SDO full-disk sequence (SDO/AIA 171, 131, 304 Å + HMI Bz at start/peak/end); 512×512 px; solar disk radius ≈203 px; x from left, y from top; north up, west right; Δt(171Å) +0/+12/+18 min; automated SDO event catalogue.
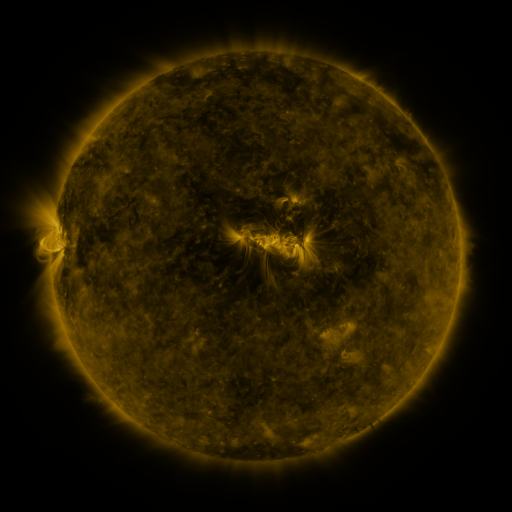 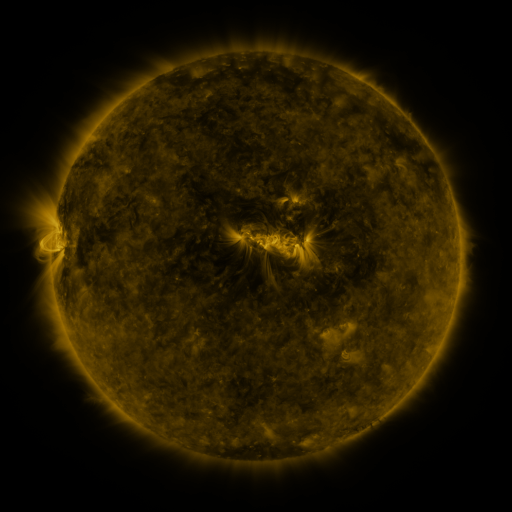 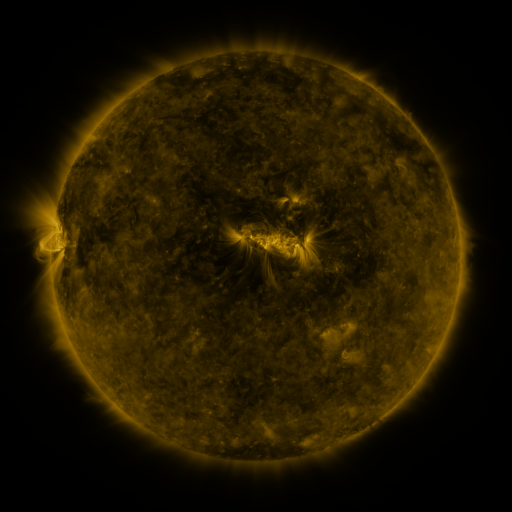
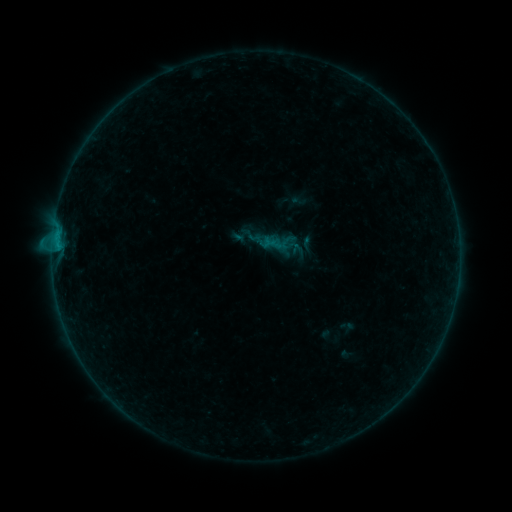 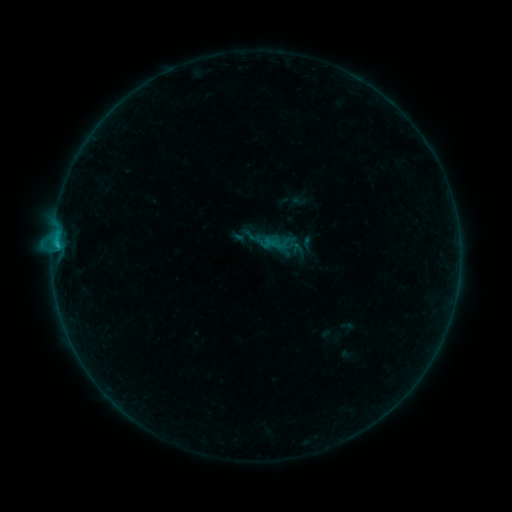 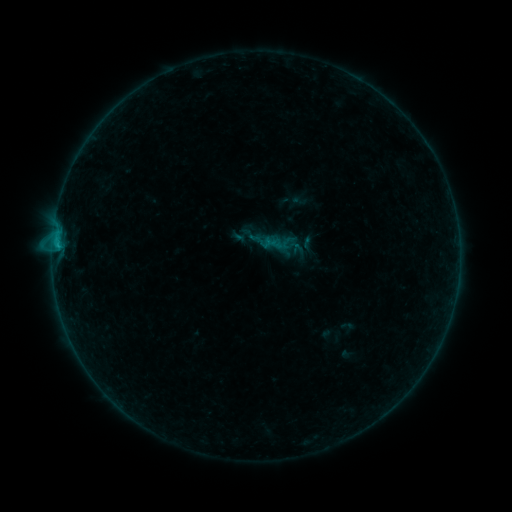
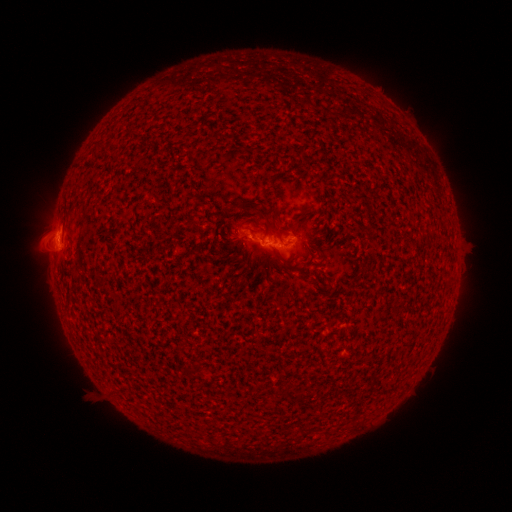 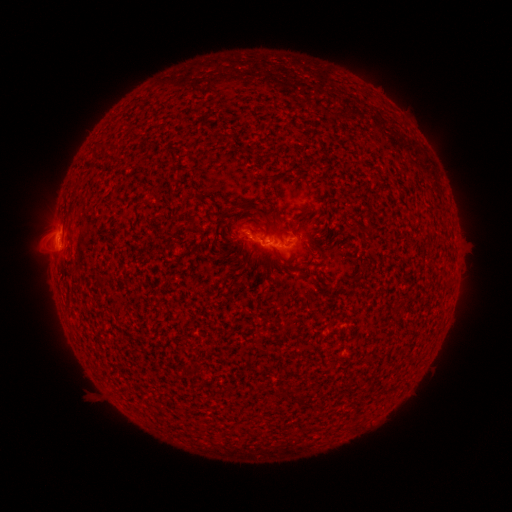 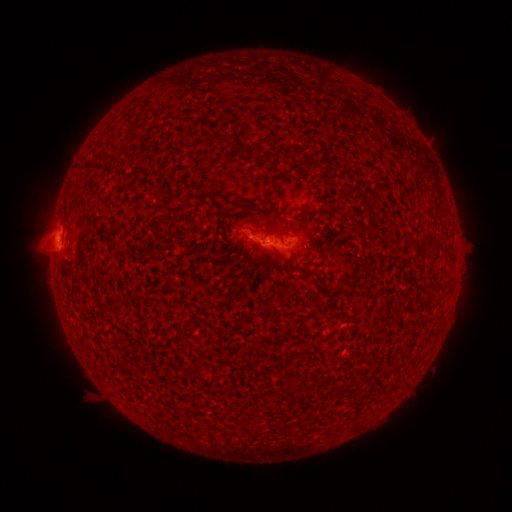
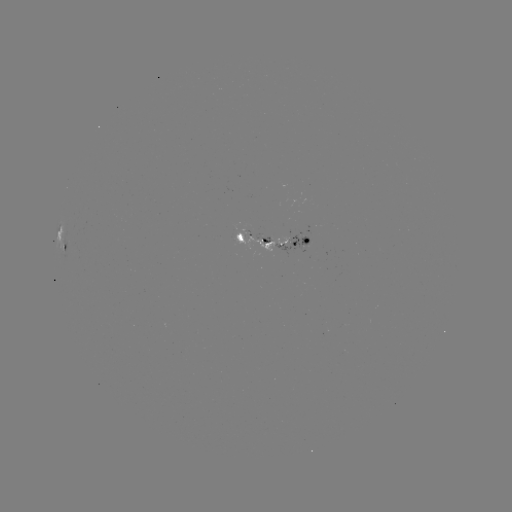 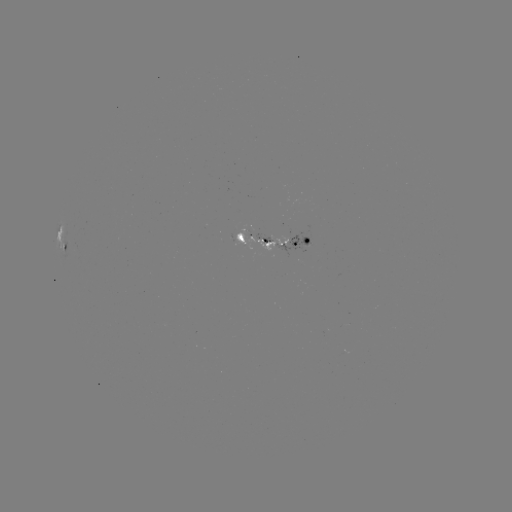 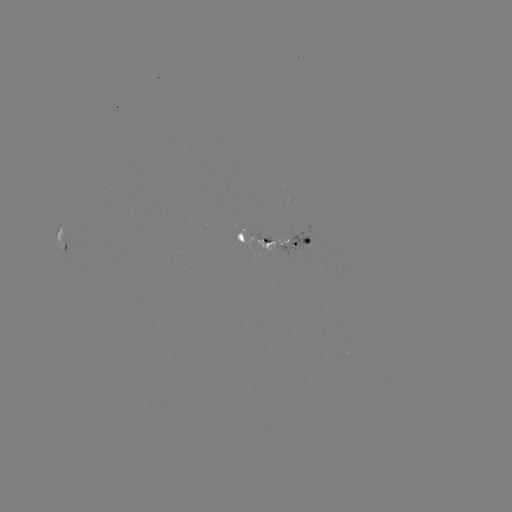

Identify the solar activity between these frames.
B4.9 flare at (57, 246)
